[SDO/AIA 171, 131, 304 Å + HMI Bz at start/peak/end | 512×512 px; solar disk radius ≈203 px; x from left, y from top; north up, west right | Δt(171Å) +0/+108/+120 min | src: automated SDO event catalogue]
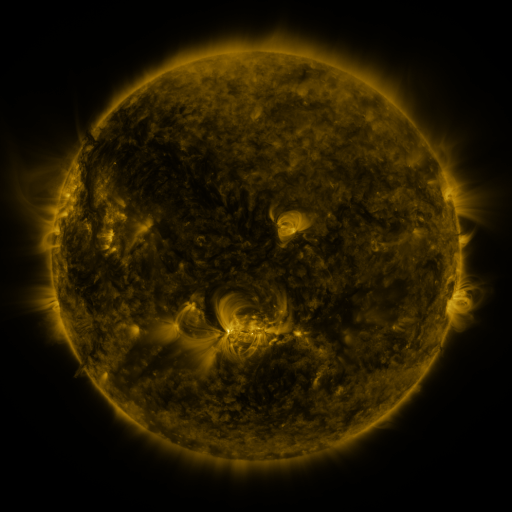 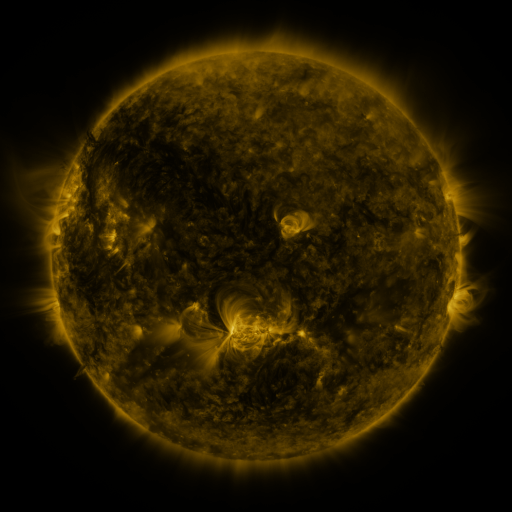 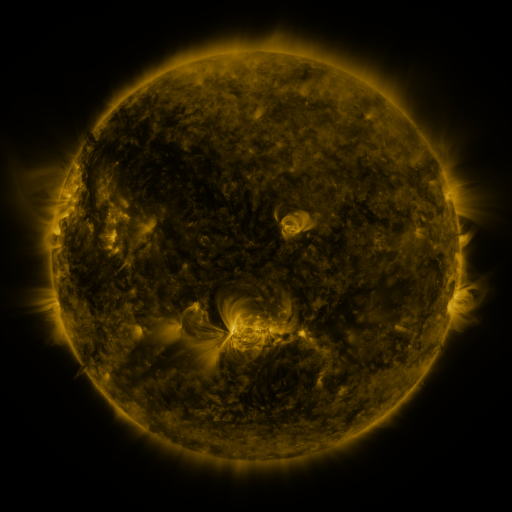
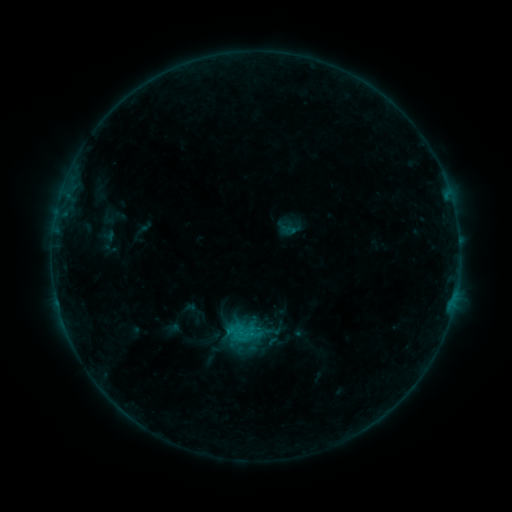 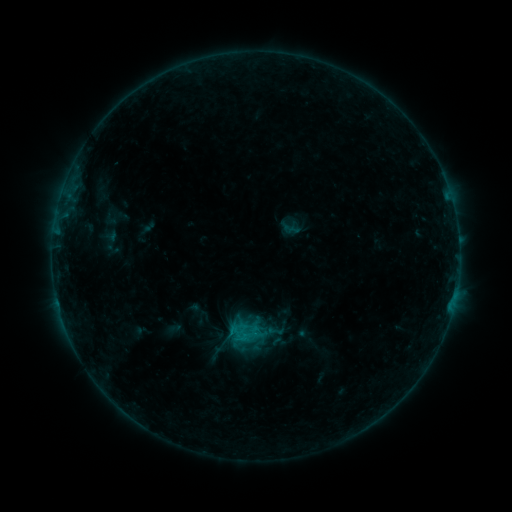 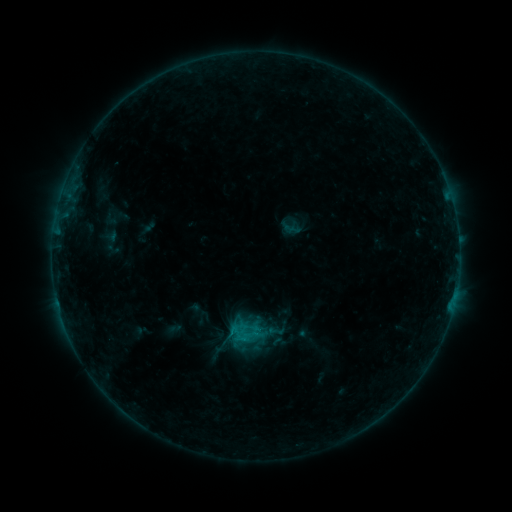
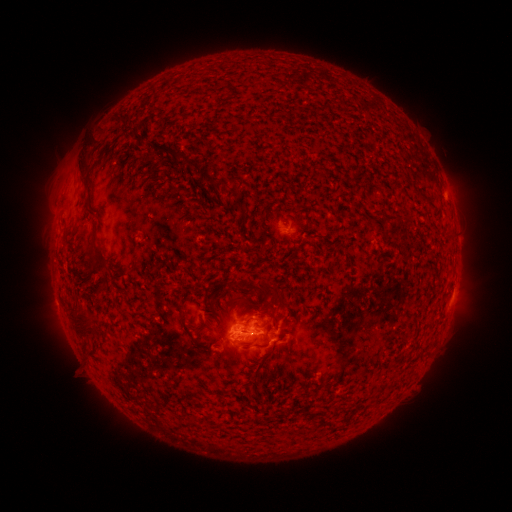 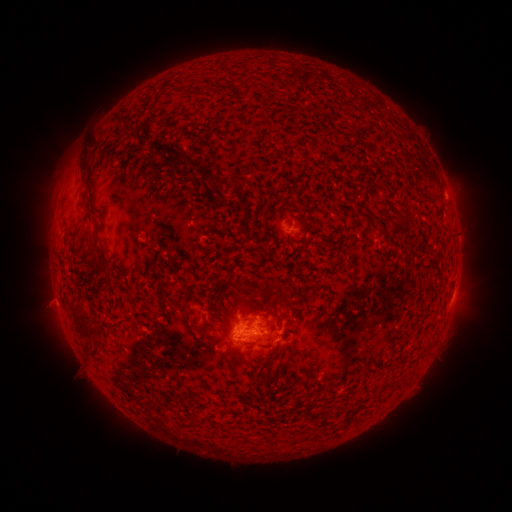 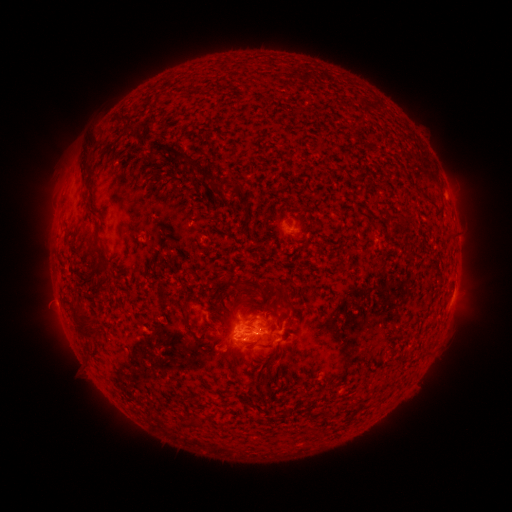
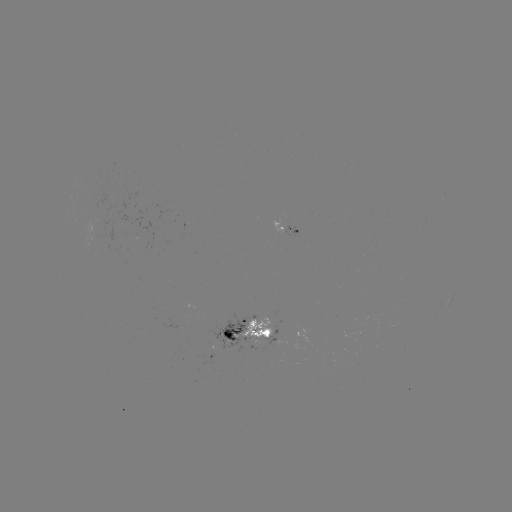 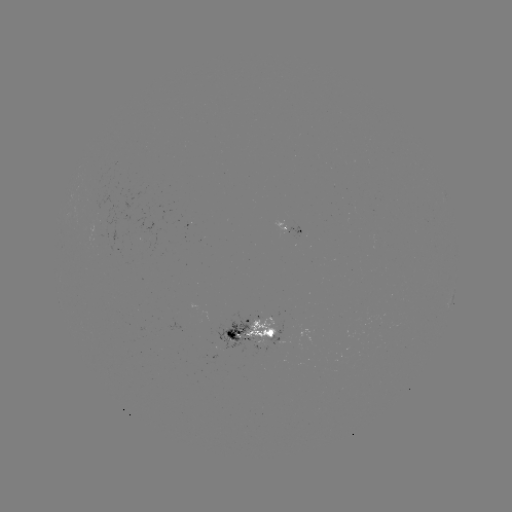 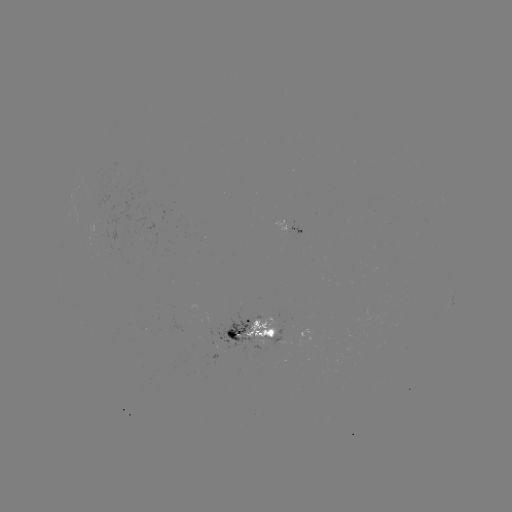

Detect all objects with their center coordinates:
emerging-flux region: (222, 324)
